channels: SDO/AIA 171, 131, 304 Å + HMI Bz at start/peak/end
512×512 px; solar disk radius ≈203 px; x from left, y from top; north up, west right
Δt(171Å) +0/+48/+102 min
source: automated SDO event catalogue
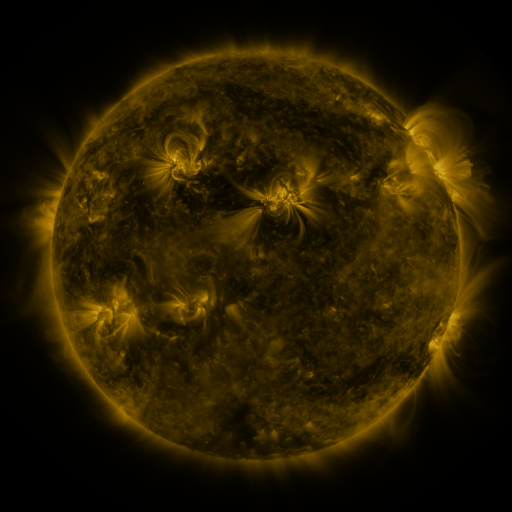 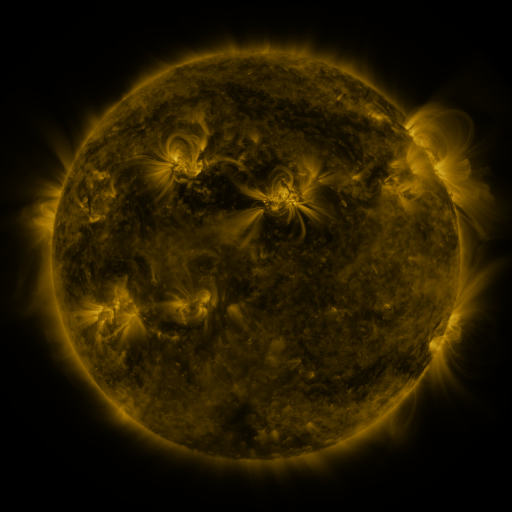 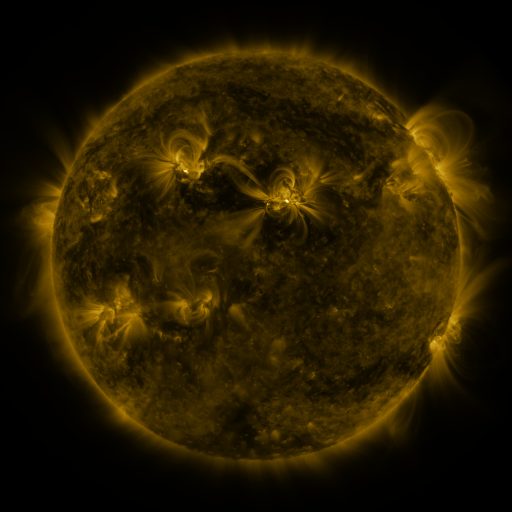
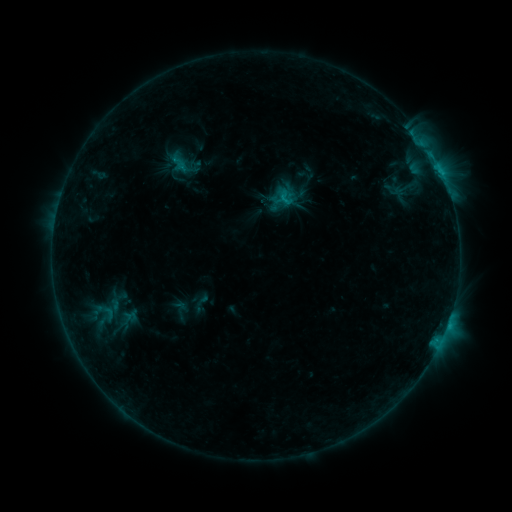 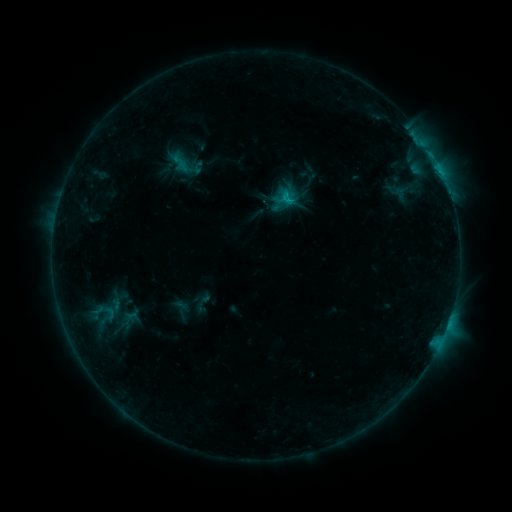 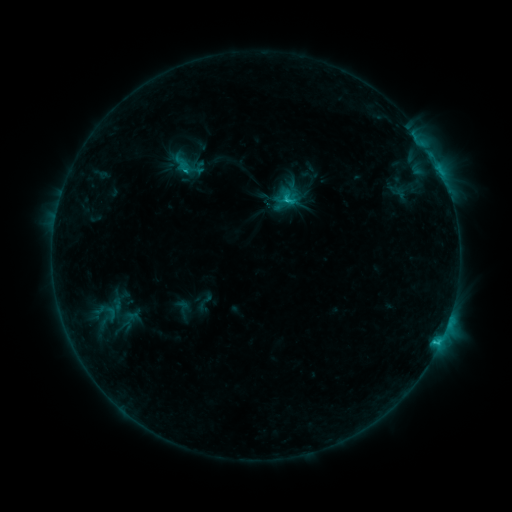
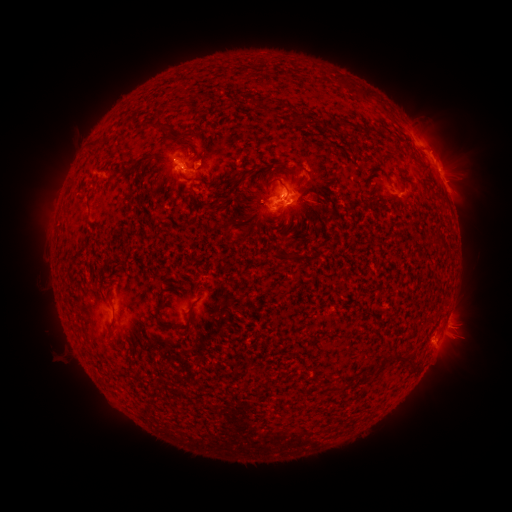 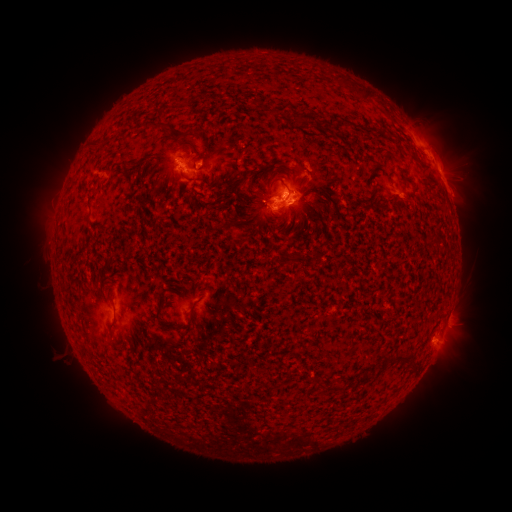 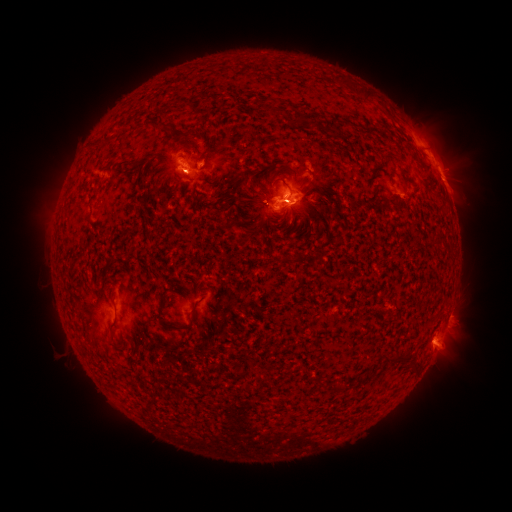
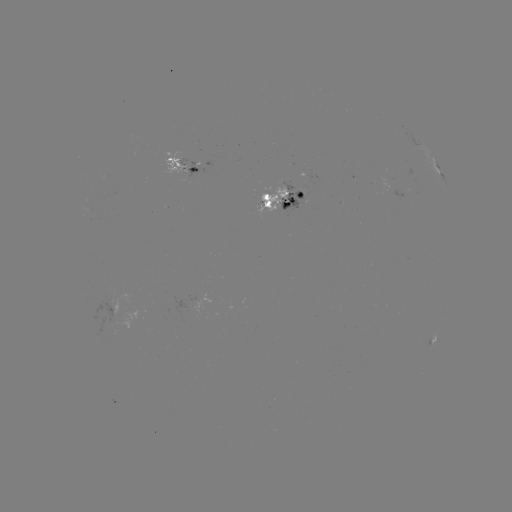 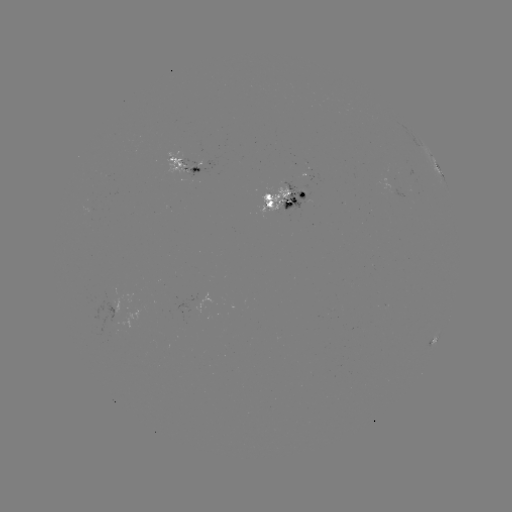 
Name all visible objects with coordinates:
emerging-flux region: (184, 163)
